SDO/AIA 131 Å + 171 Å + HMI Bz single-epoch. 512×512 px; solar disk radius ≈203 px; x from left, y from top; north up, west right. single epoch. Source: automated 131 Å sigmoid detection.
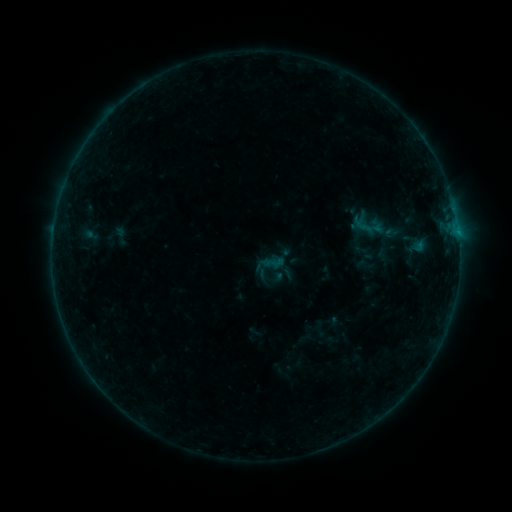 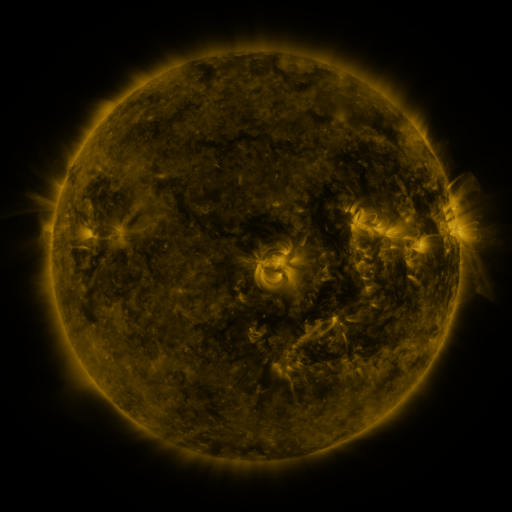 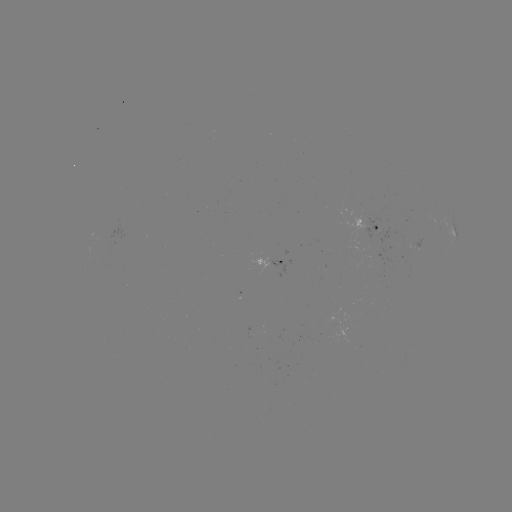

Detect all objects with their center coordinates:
sigmoid: [111, 224, 131, 247]
sigmoid: [262, 251, 287, 275]
